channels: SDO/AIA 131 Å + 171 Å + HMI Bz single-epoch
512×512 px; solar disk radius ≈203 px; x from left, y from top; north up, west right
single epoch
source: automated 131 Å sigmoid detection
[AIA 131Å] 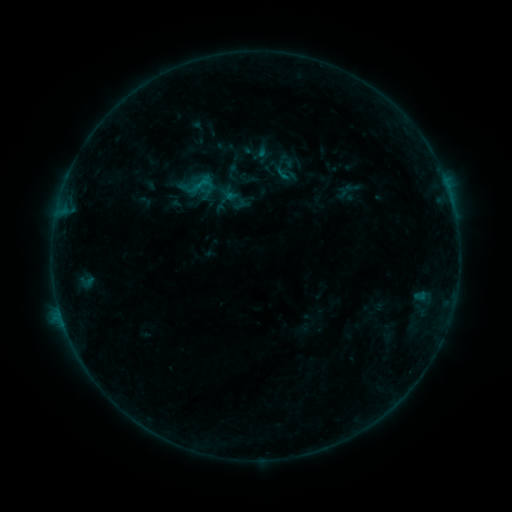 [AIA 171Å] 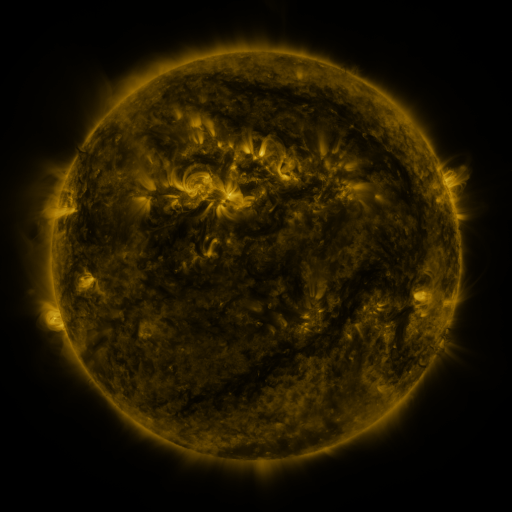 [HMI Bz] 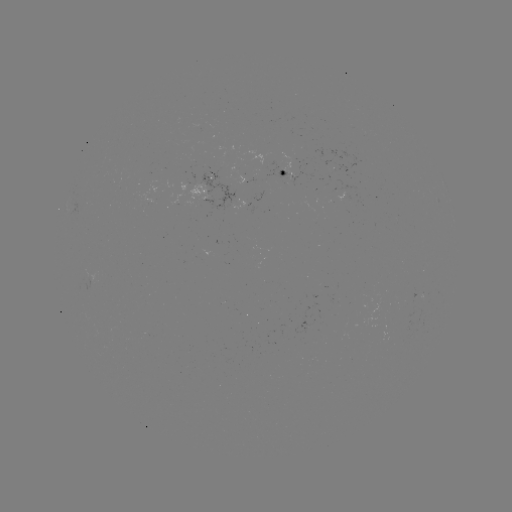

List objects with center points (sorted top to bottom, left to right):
sigmoid: [271, 159, 300, 187]
sigmoid: [191, 175, 211, 194]
